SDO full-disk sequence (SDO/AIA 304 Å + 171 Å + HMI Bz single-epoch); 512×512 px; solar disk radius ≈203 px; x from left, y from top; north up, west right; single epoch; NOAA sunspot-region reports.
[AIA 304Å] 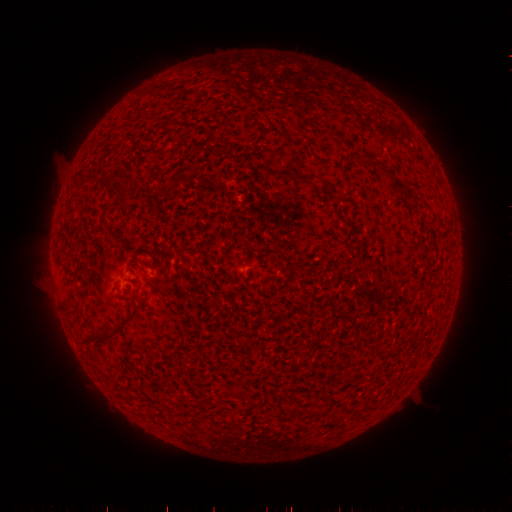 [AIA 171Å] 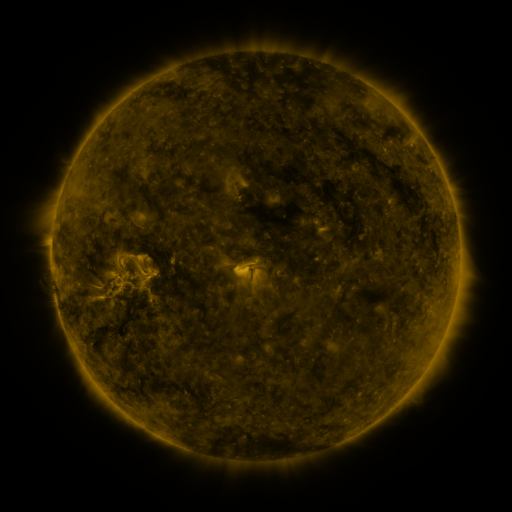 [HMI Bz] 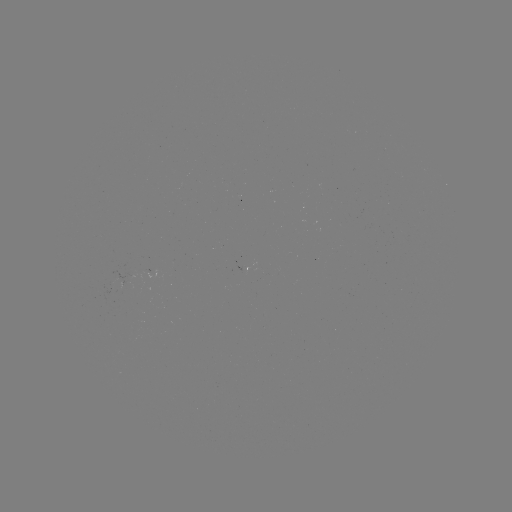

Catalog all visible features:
(none)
